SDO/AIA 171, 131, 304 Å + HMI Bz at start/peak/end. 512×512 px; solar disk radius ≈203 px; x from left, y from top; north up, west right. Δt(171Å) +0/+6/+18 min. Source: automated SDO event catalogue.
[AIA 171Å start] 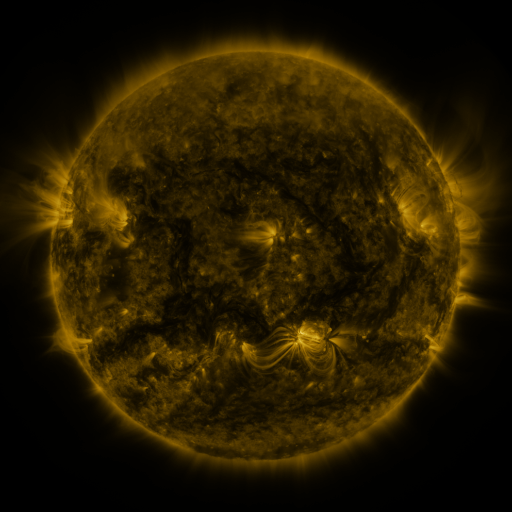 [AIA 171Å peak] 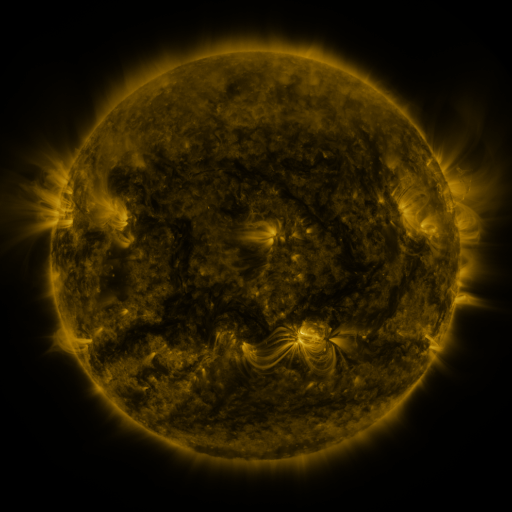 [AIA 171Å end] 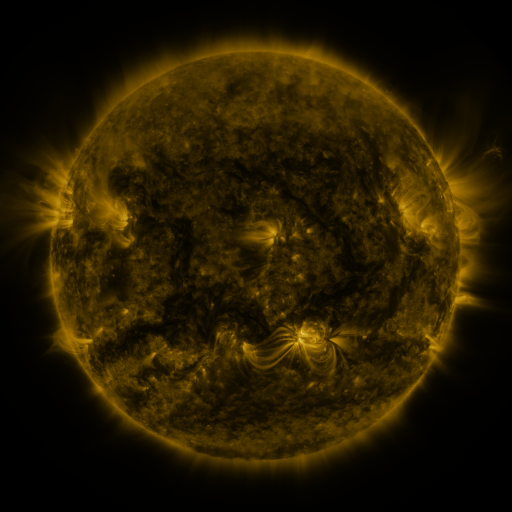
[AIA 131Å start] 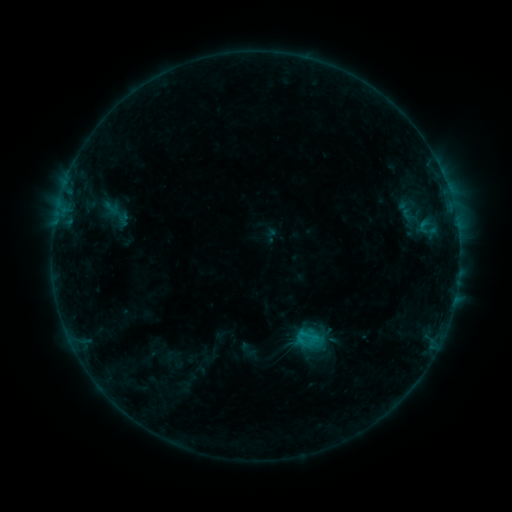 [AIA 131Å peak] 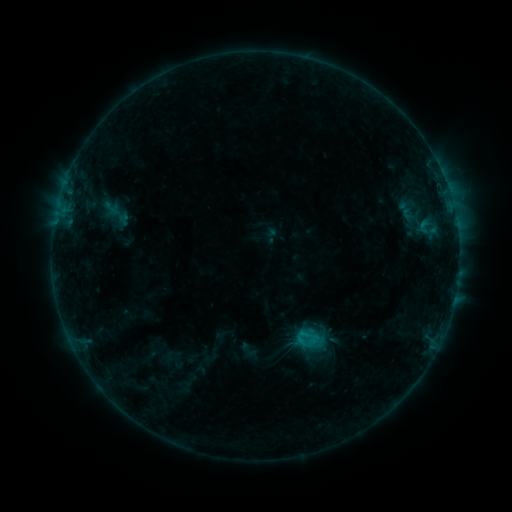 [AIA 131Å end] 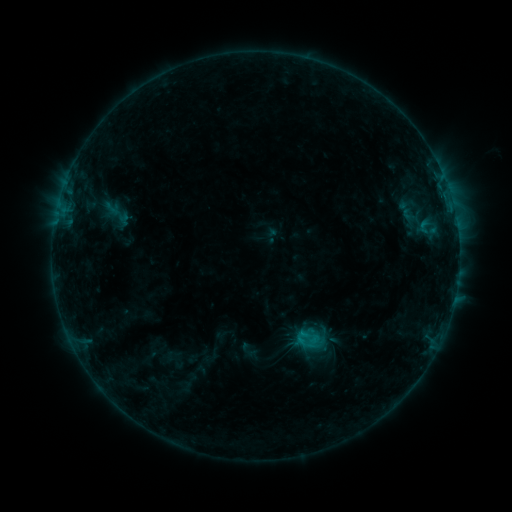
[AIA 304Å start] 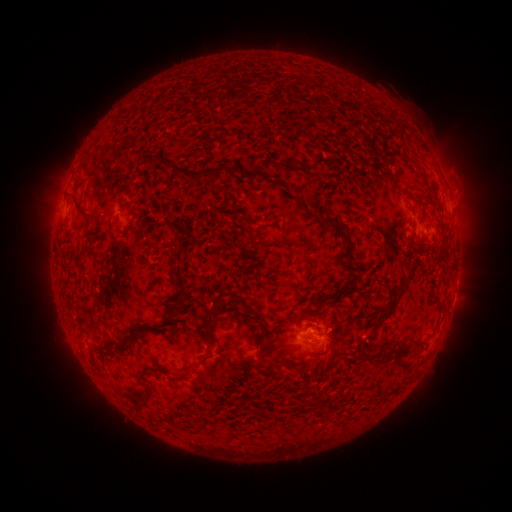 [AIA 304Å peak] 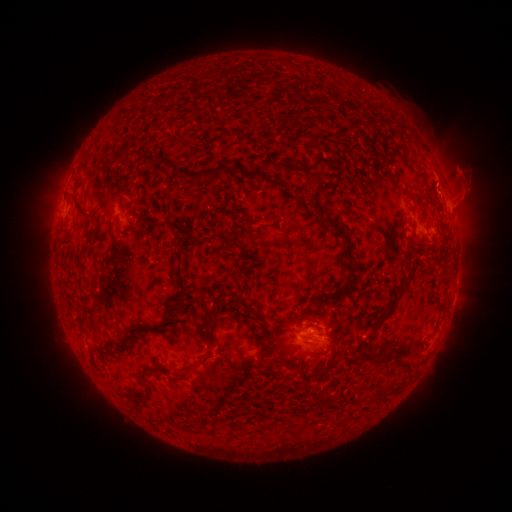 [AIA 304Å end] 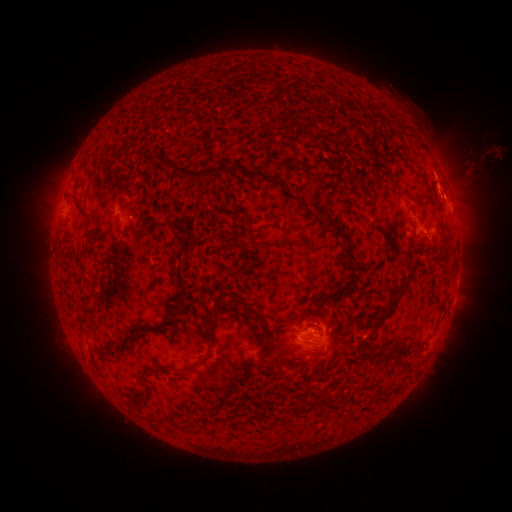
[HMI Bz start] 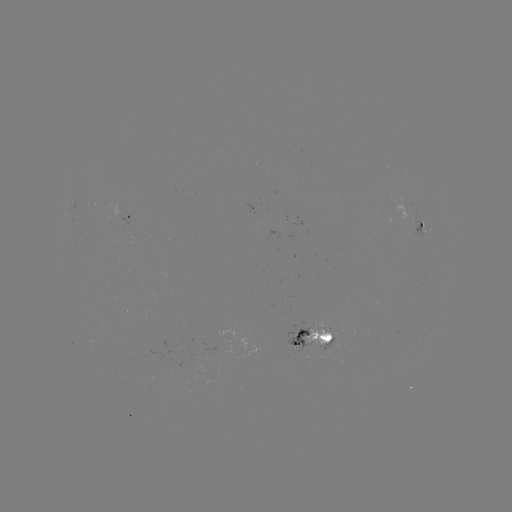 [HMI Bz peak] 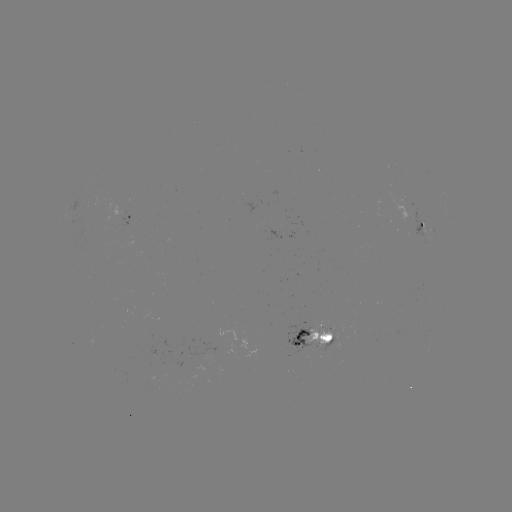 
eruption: (435, 143, 505, 213)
